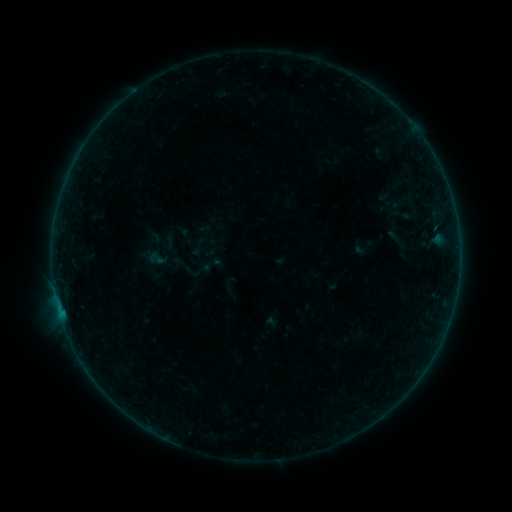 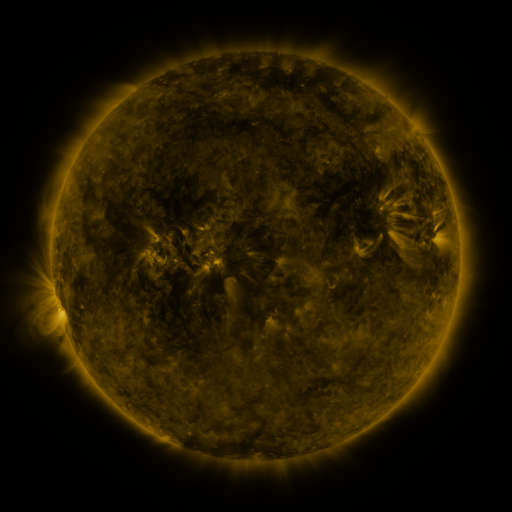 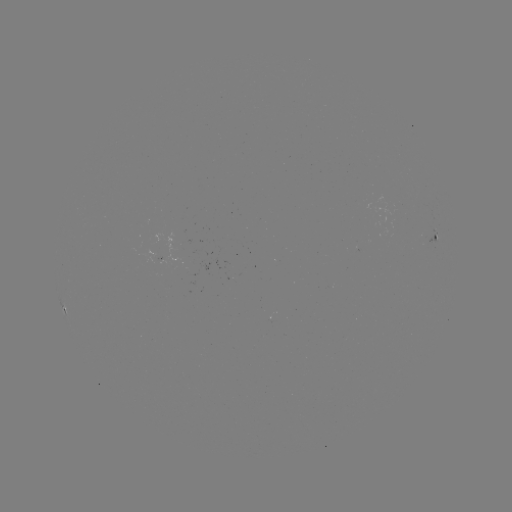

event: sigmoid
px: (156, 259)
